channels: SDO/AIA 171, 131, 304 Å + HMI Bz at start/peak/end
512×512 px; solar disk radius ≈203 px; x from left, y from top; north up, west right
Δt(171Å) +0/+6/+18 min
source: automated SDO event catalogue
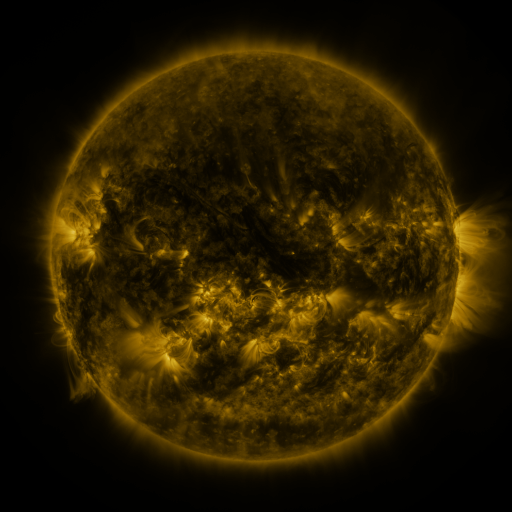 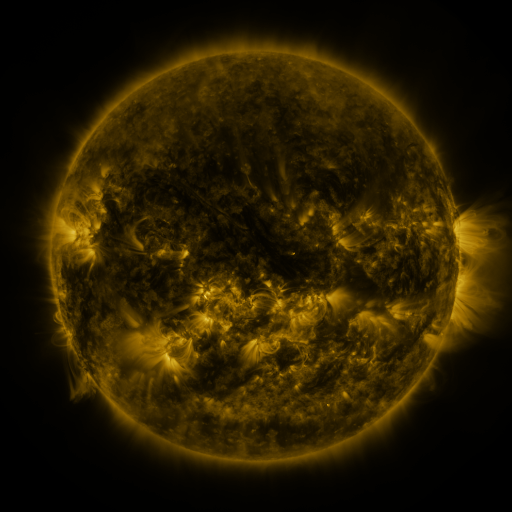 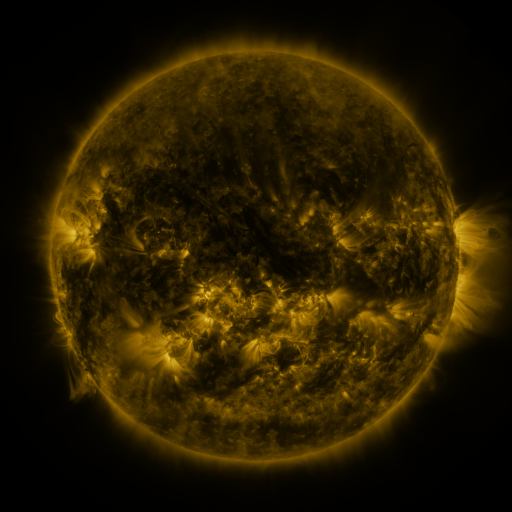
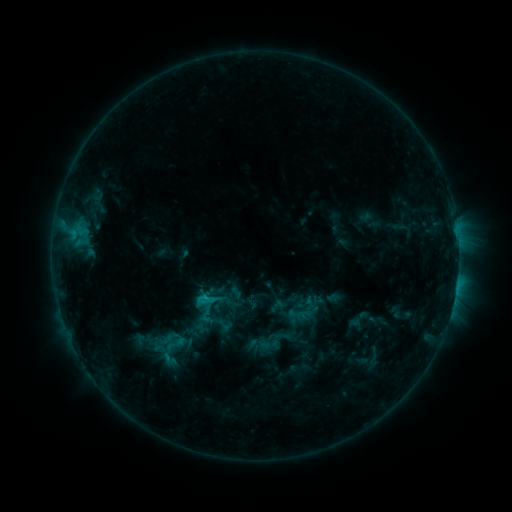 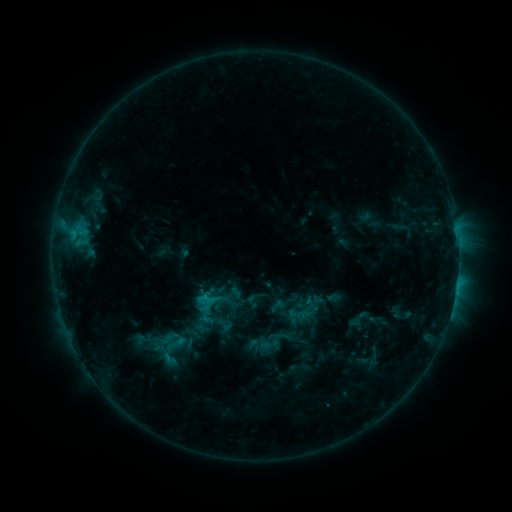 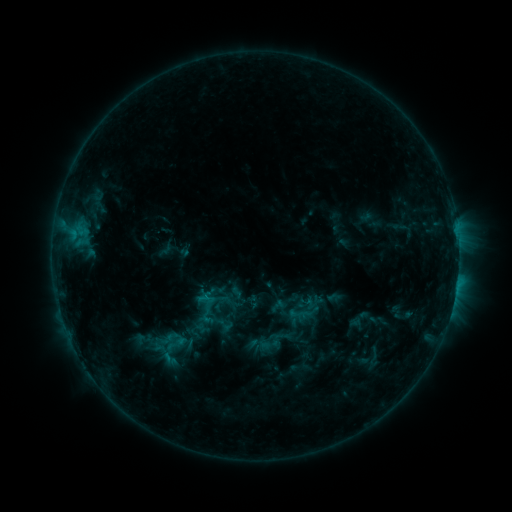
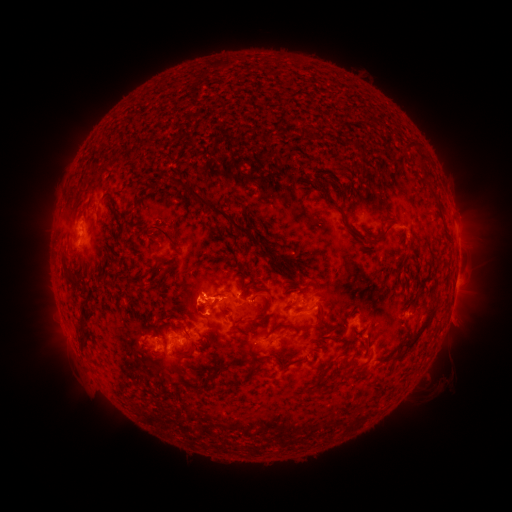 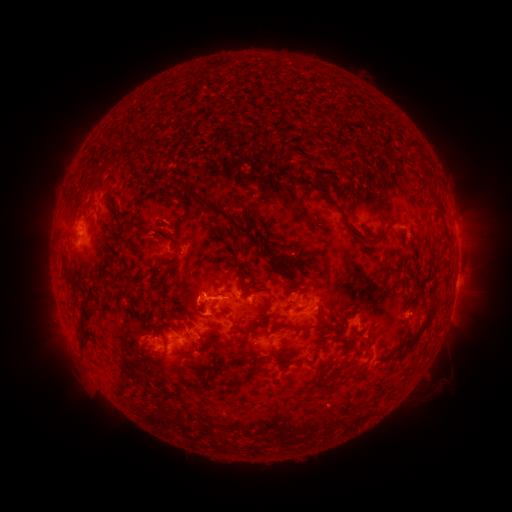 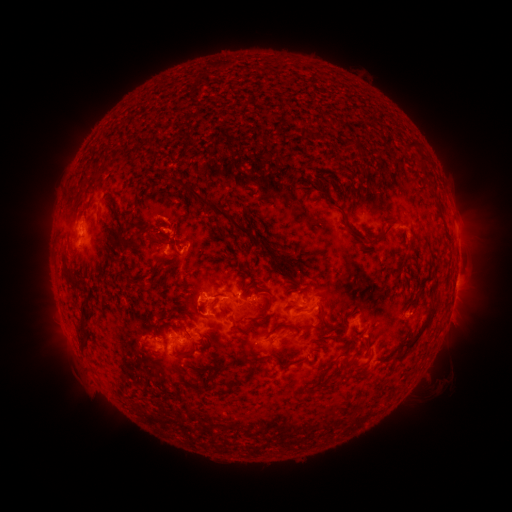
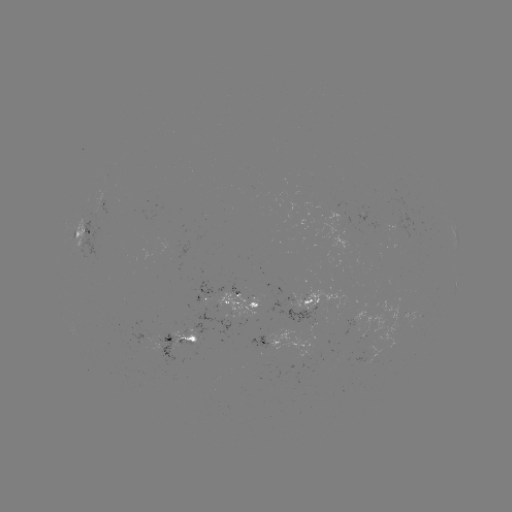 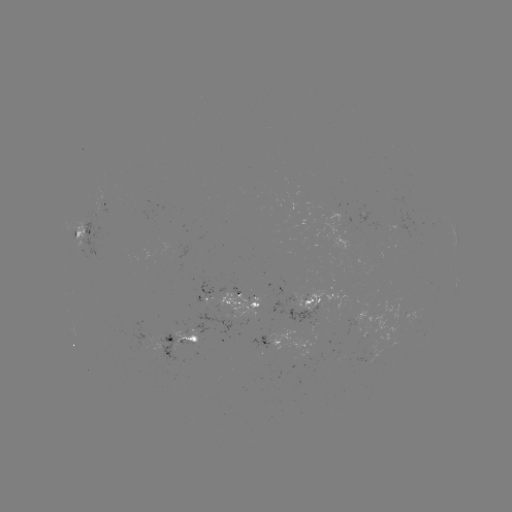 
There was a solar eruption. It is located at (150, 237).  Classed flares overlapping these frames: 1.